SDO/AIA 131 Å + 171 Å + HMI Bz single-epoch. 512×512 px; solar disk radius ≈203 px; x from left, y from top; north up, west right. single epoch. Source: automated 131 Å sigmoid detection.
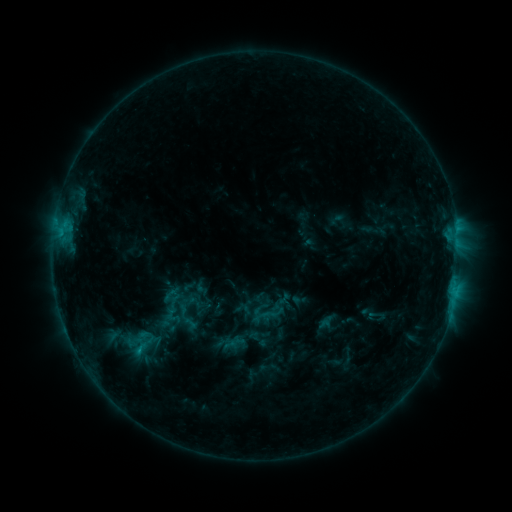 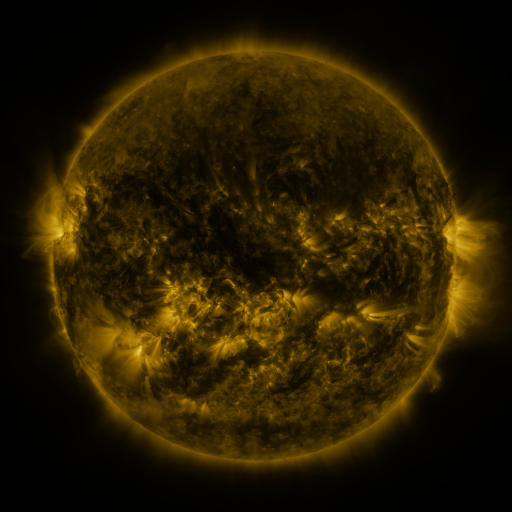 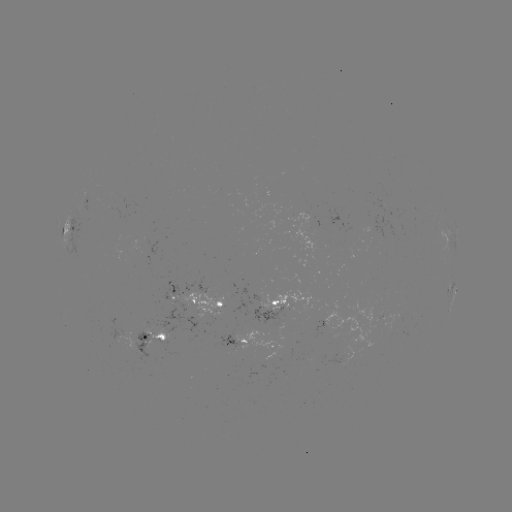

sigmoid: <bbox>263, 303, 281, 321</bbox>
